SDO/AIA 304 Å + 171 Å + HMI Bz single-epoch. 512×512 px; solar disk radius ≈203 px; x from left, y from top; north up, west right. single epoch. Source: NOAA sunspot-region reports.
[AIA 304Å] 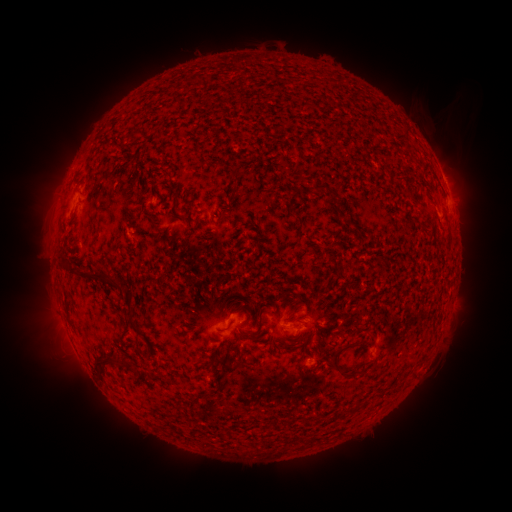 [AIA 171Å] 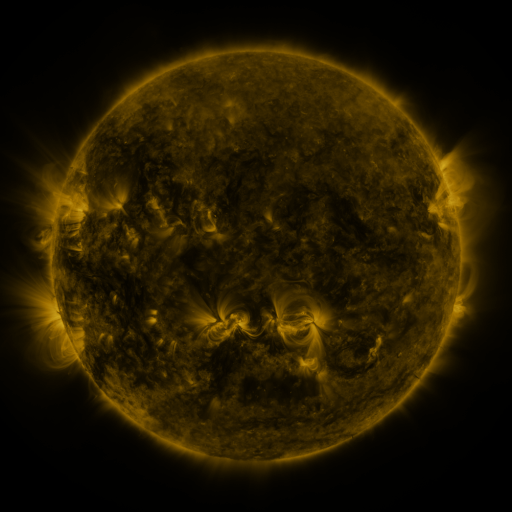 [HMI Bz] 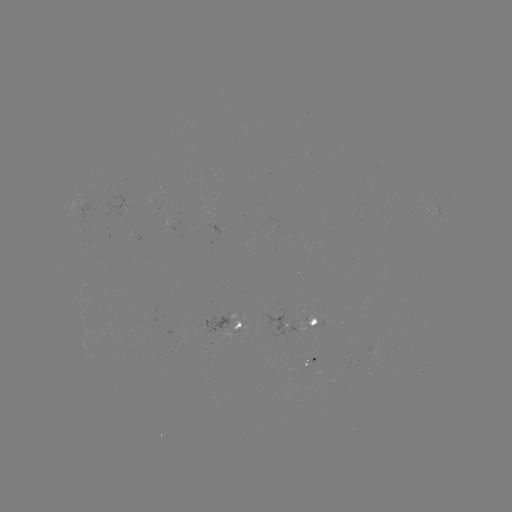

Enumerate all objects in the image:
spotted active region: (443, 177)
spotted active region: (449, 203)
spotted active region: (84, 208)
spotted active region: (300, 322)
spotted active region: (235, 326)
spotted active region: (310, 363)
